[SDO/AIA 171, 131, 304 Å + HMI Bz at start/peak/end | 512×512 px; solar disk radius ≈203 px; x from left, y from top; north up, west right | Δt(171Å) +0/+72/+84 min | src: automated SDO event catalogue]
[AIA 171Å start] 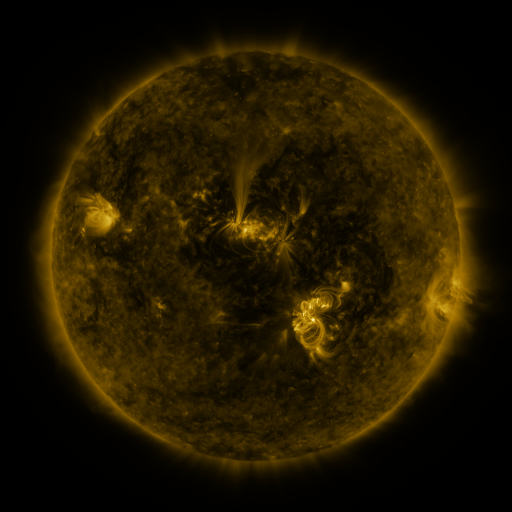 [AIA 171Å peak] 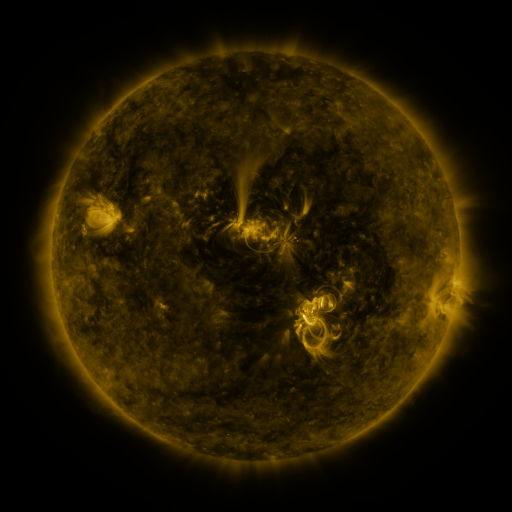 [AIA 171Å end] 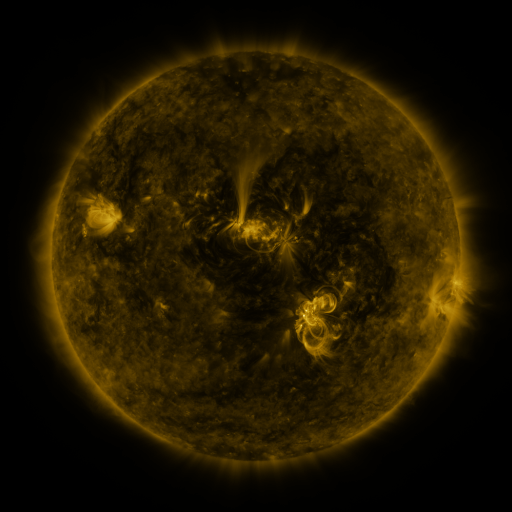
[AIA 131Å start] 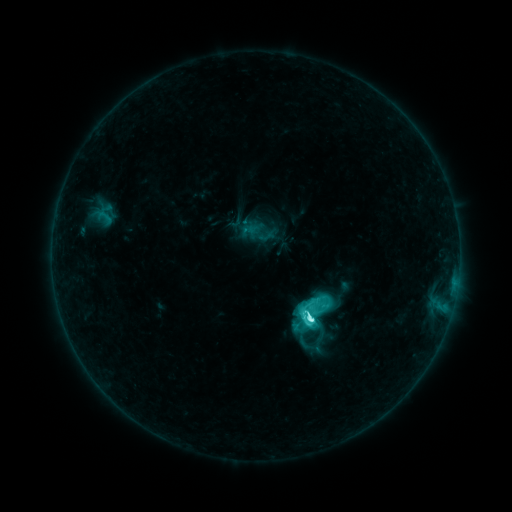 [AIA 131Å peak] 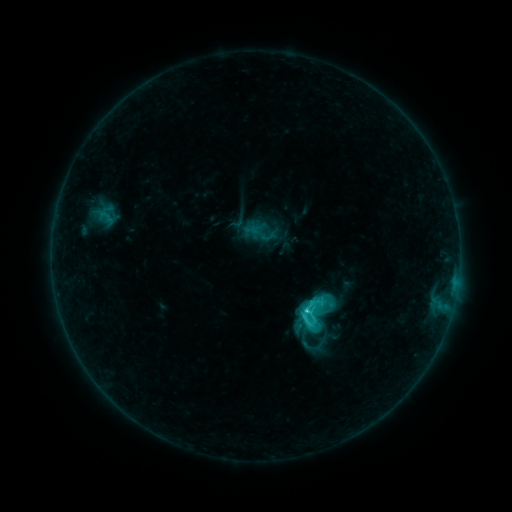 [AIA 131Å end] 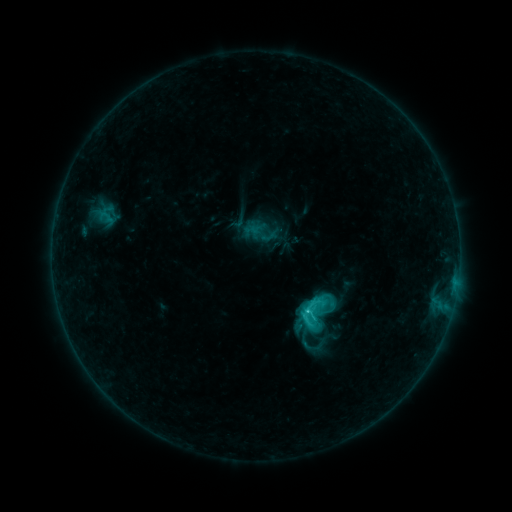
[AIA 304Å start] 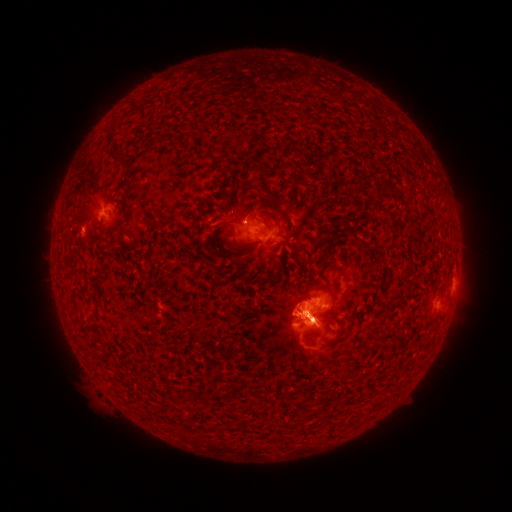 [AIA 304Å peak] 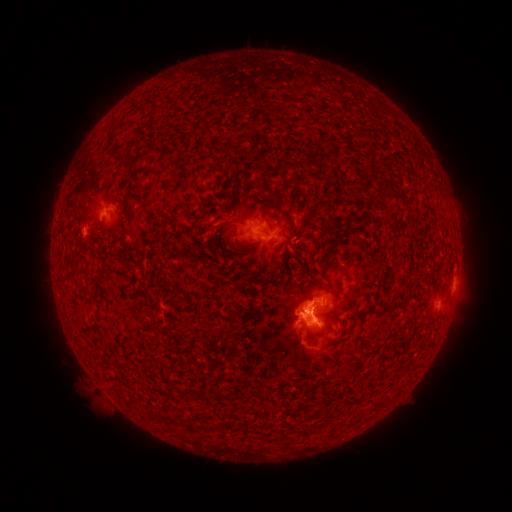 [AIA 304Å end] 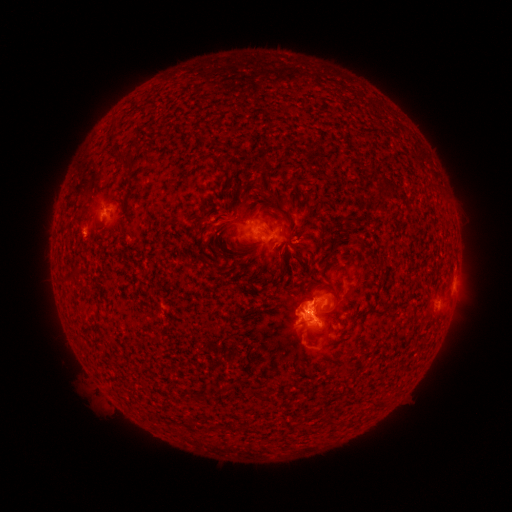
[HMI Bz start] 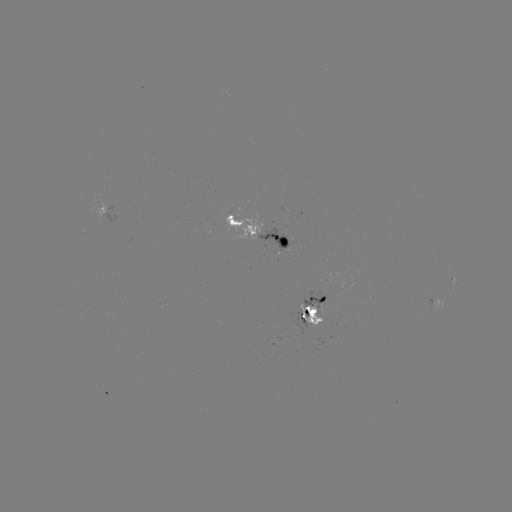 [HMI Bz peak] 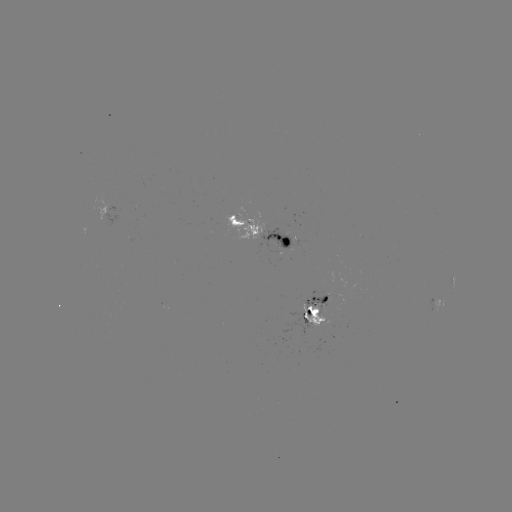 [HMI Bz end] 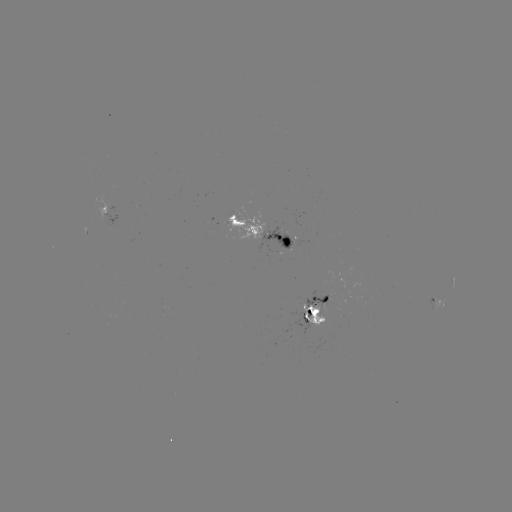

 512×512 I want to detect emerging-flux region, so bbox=[304, 291, 329, 308].